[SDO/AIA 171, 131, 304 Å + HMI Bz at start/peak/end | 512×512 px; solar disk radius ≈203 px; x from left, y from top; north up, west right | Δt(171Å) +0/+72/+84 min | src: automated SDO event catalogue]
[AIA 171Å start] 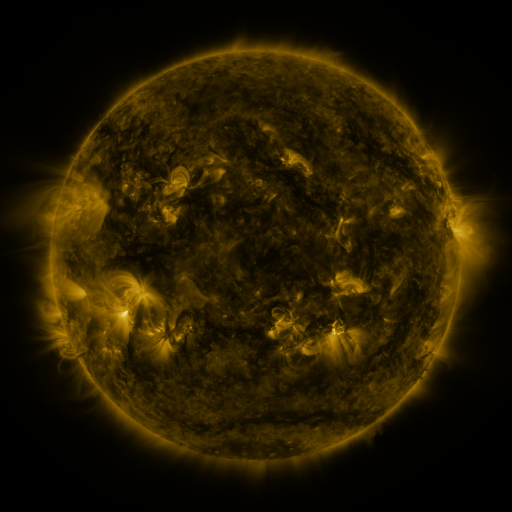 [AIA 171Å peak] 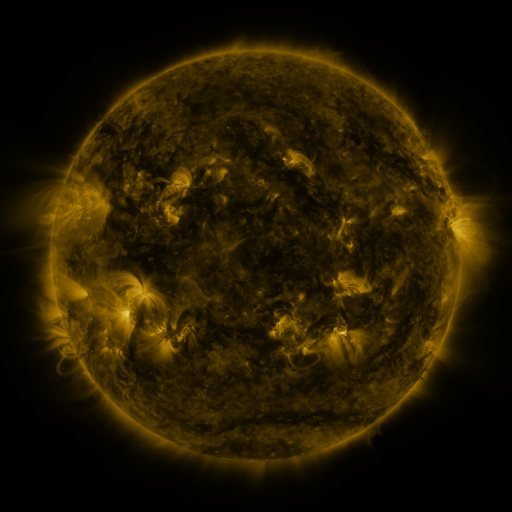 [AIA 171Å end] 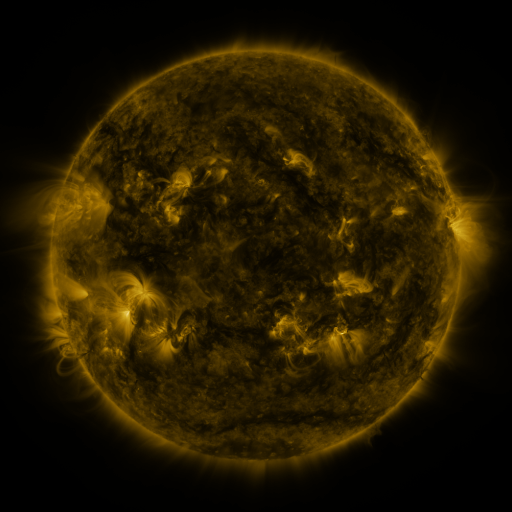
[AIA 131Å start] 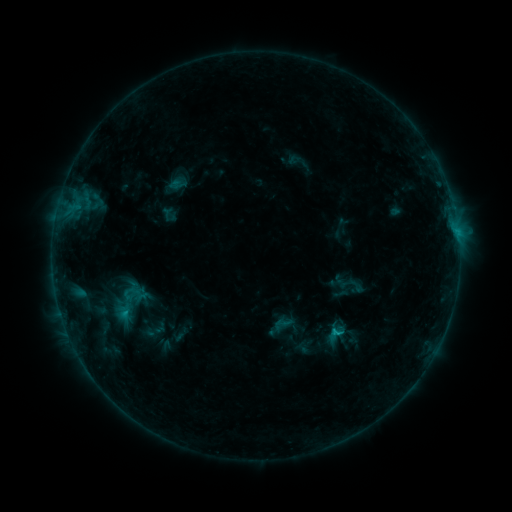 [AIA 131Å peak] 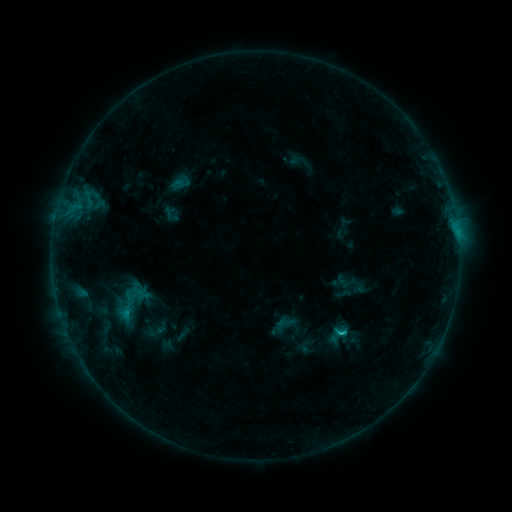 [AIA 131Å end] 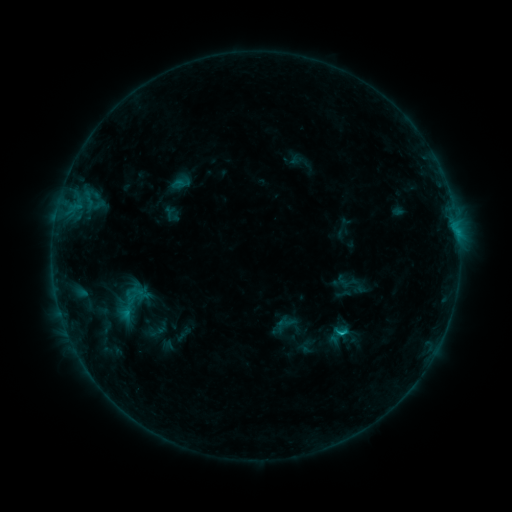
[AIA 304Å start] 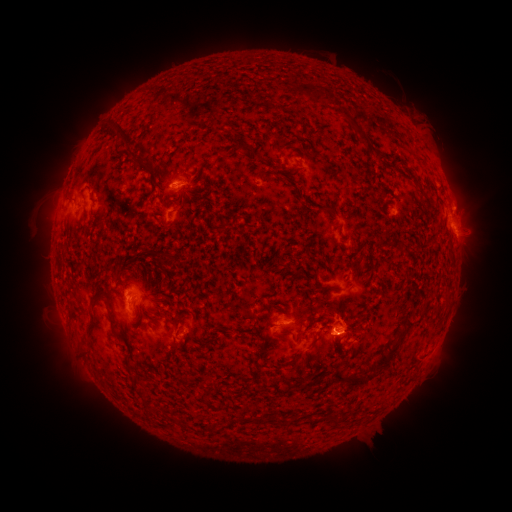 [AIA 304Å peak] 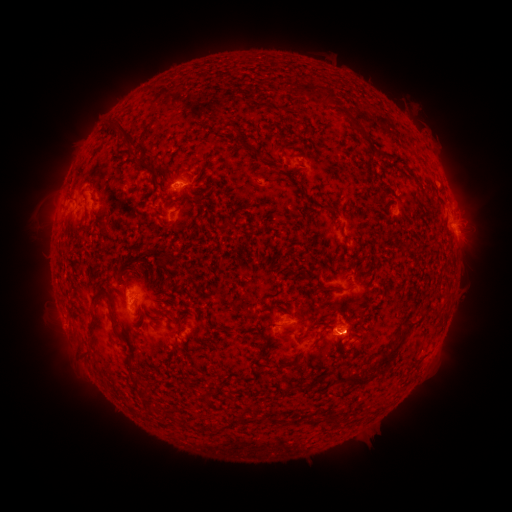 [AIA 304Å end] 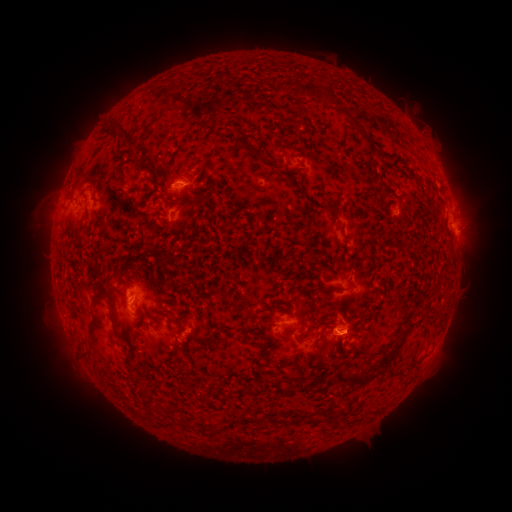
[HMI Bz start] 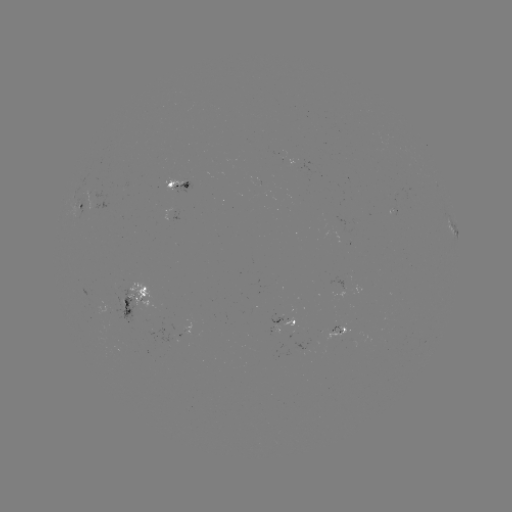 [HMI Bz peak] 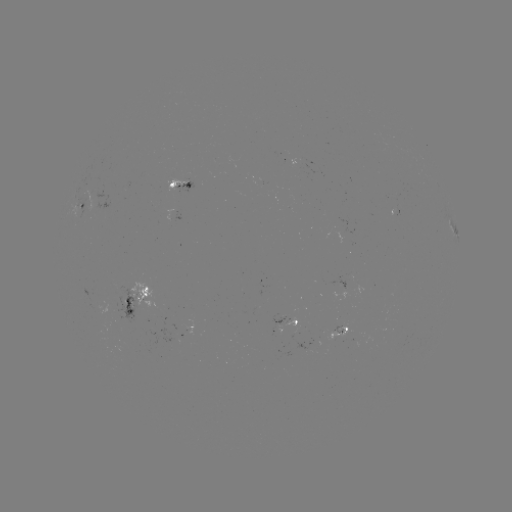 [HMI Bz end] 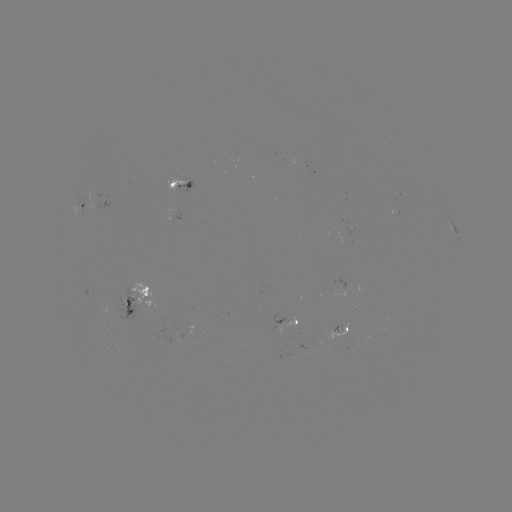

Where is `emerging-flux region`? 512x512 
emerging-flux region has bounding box [327, 323, 348, 342].